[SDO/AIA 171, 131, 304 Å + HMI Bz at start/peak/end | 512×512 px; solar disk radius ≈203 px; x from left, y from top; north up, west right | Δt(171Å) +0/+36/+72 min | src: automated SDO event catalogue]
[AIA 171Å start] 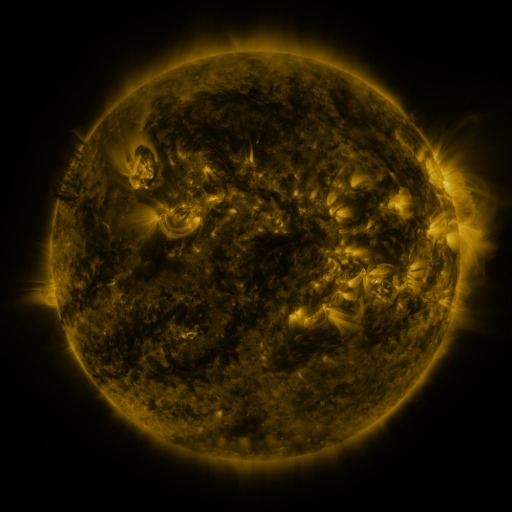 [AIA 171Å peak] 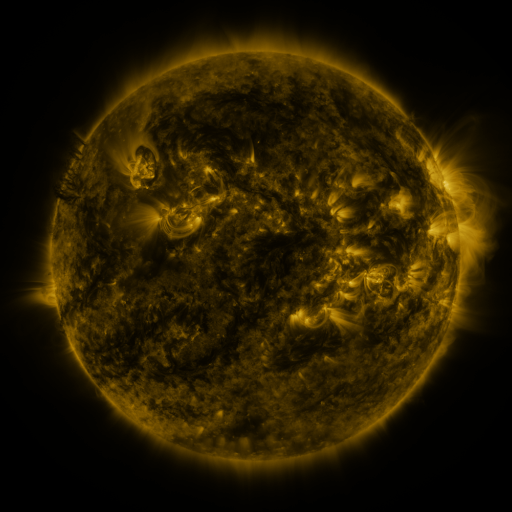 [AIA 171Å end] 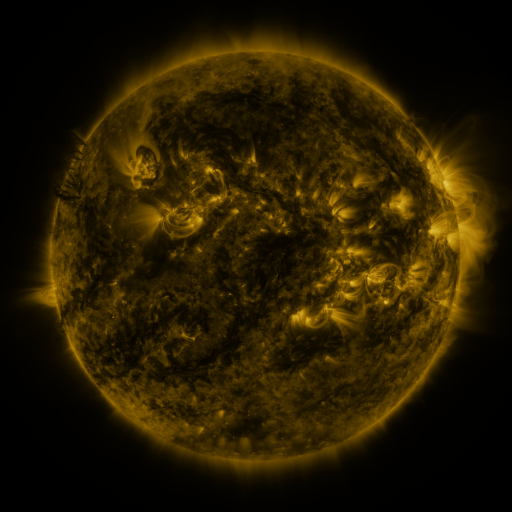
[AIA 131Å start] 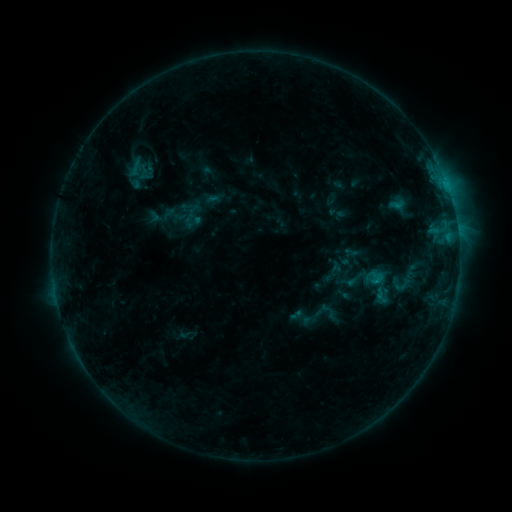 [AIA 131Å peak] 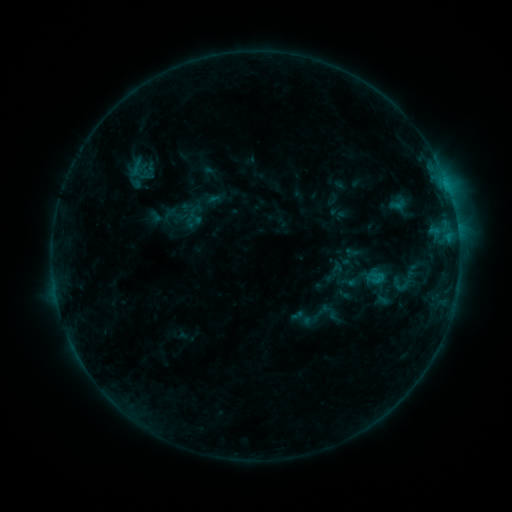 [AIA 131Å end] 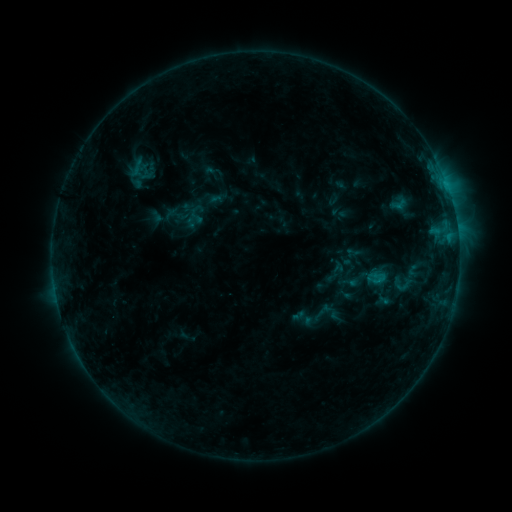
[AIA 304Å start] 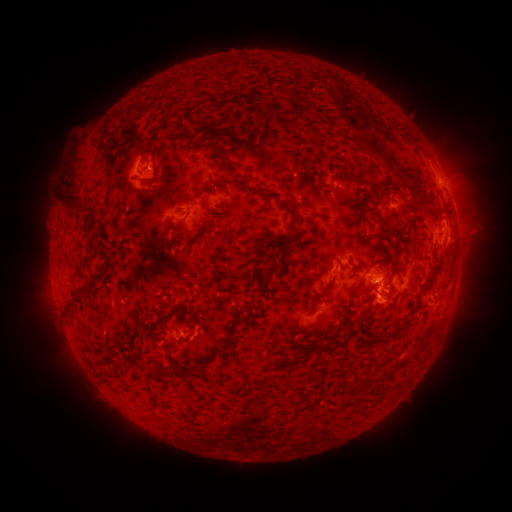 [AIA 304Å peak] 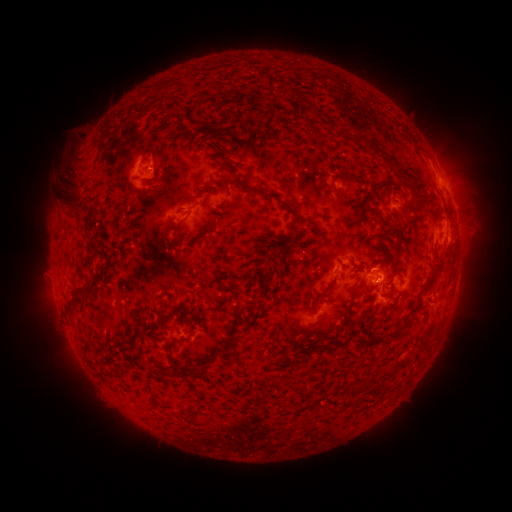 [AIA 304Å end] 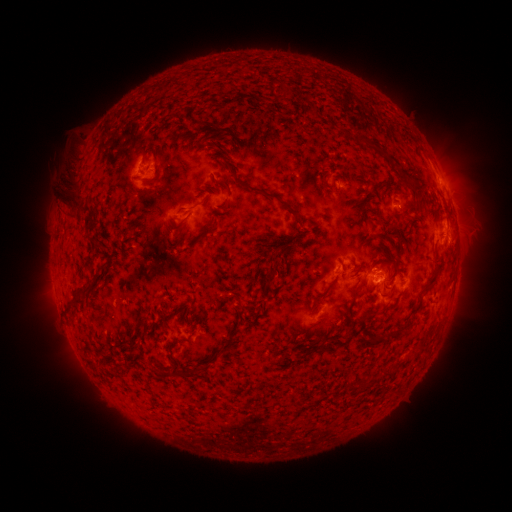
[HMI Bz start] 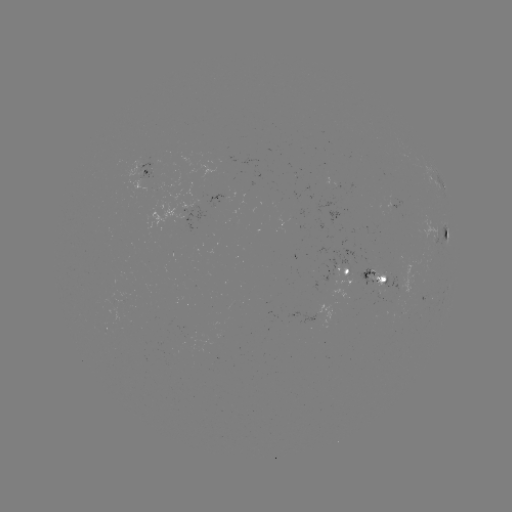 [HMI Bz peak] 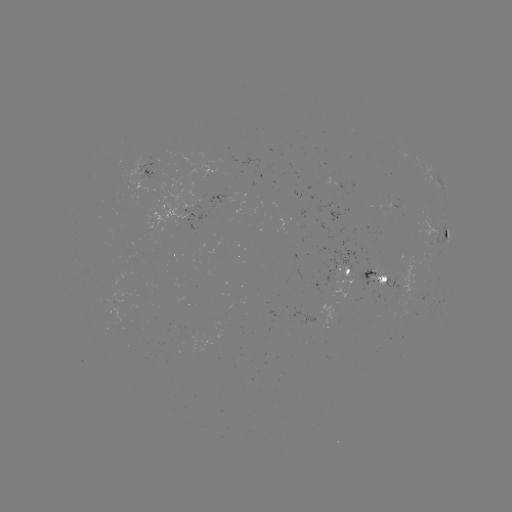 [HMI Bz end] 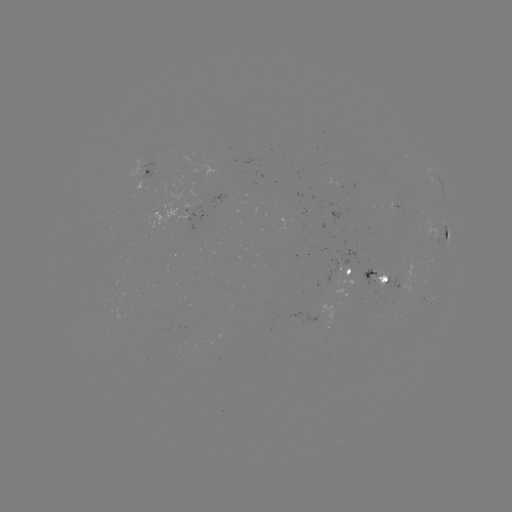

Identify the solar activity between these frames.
filament eruption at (37, 272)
